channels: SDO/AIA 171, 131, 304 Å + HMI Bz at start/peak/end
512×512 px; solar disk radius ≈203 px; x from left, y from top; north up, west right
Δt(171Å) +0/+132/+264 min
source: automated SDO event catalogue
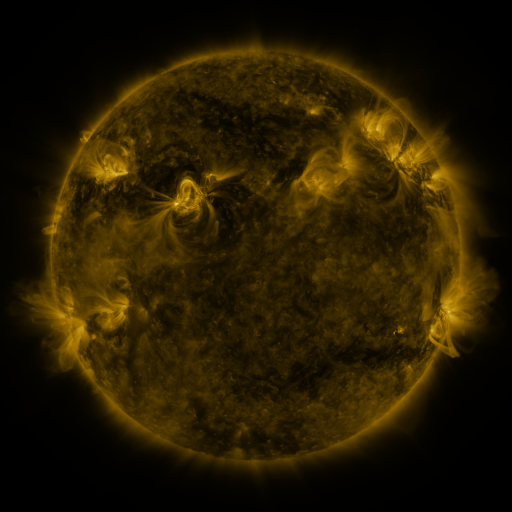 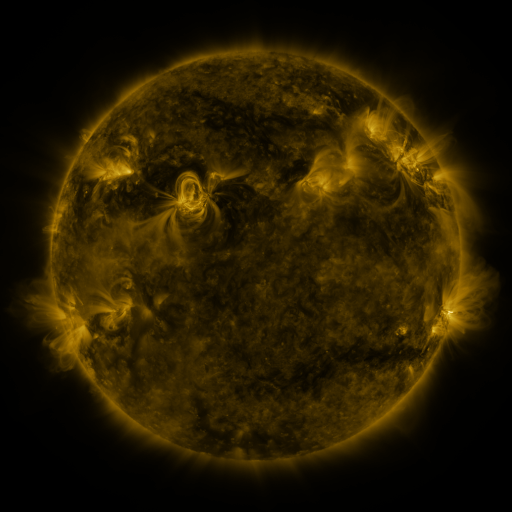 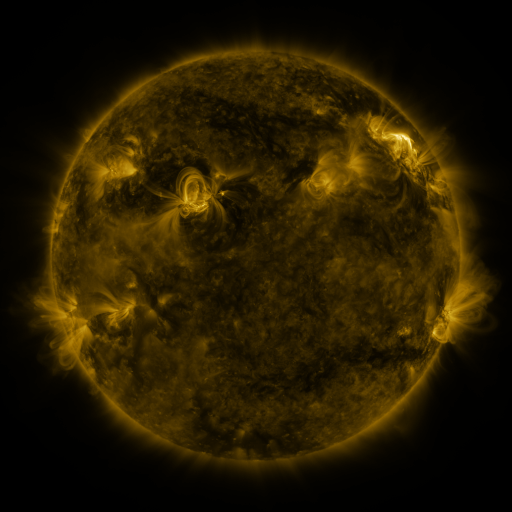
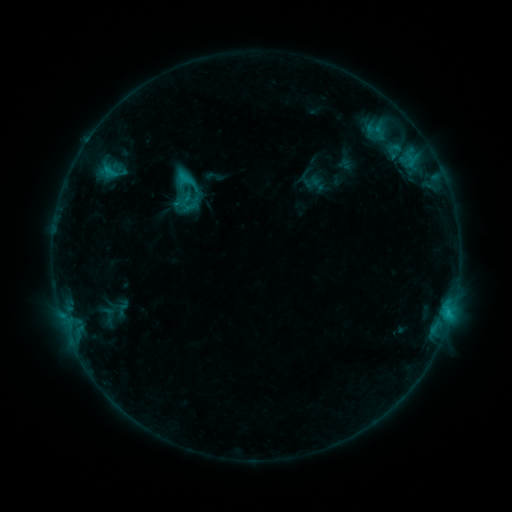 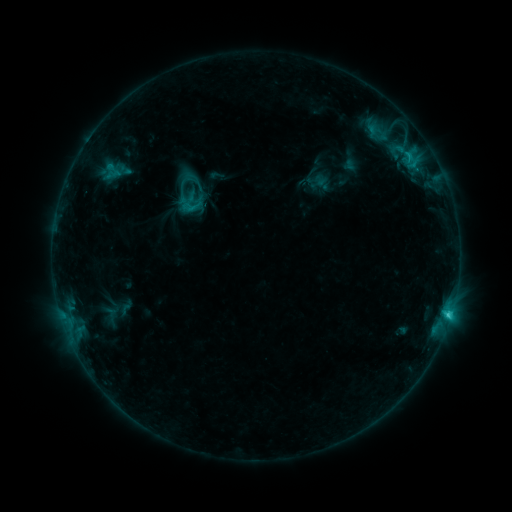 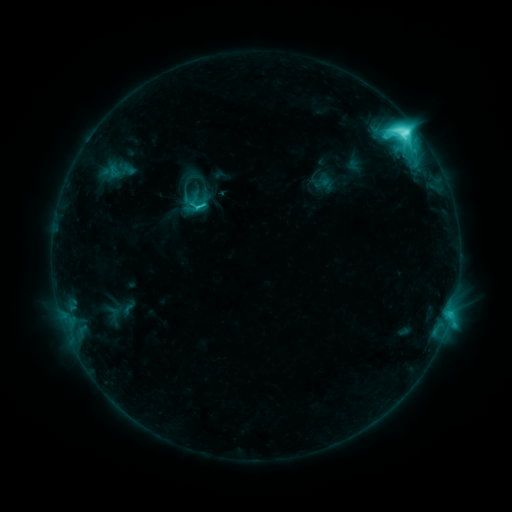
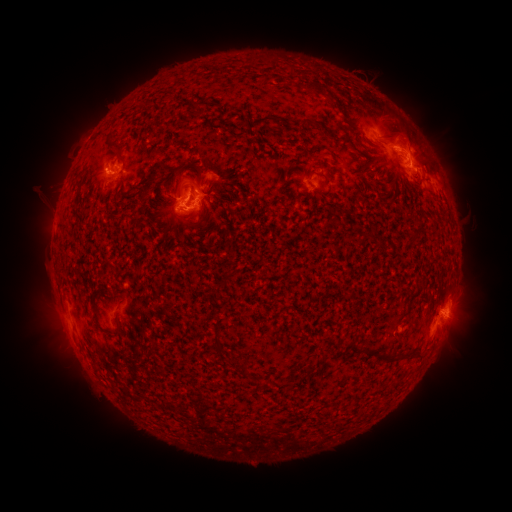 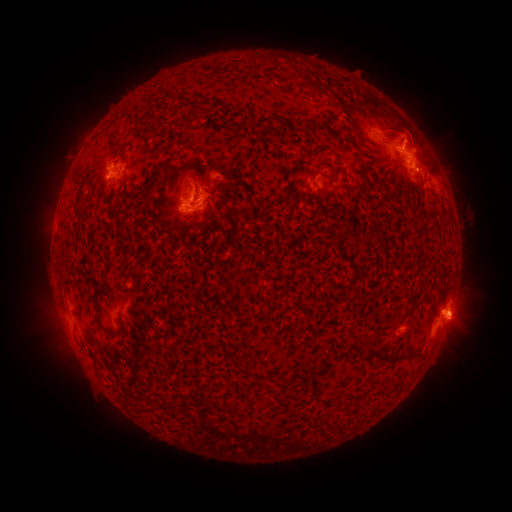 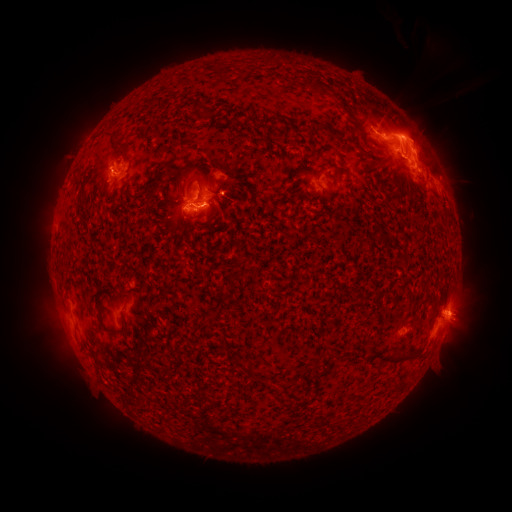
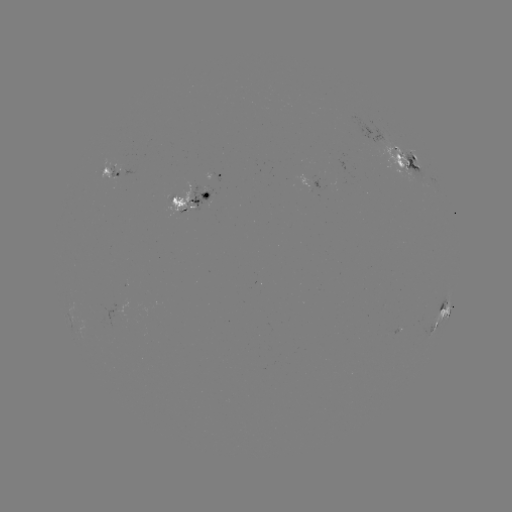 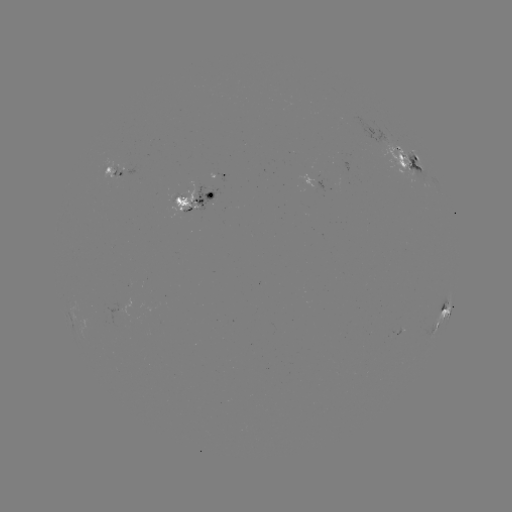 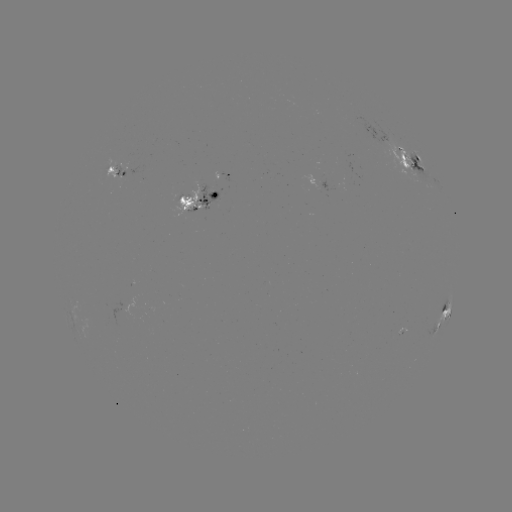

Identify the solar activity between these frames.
emerging-flux region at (193, 210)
